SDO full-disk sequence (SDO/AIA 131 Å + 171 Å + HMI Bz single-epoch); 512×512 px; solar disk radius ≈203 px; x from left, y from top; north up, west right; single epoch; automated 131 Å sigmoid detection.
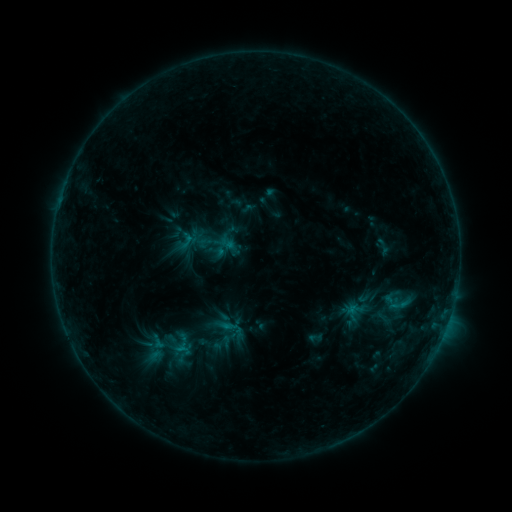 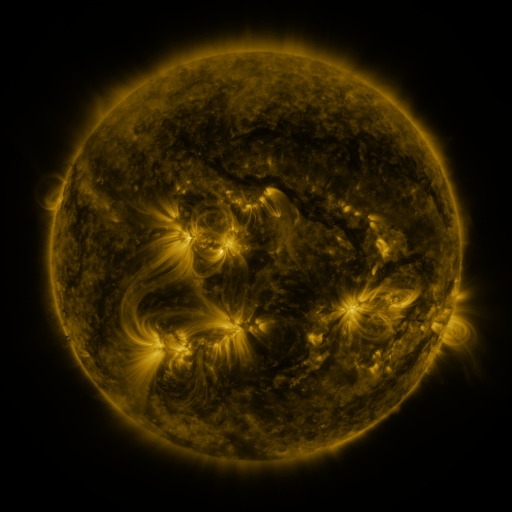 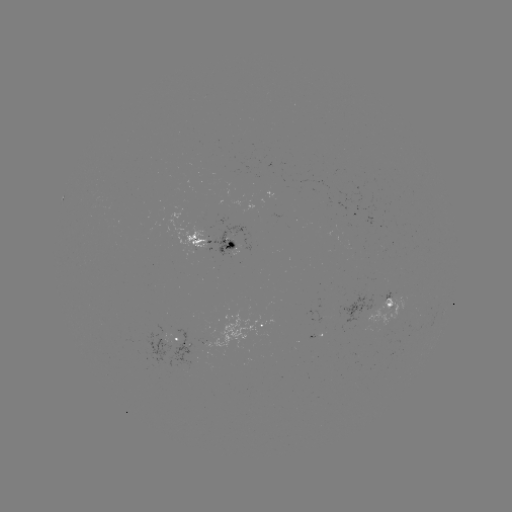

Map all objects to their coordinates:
sigmoid: (213, 242)
sigmoid: (399, 305)
